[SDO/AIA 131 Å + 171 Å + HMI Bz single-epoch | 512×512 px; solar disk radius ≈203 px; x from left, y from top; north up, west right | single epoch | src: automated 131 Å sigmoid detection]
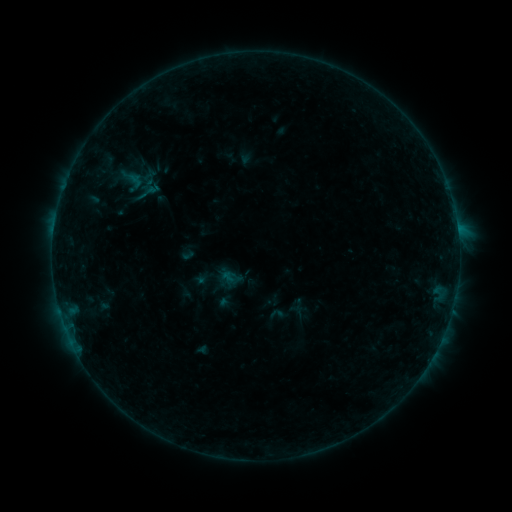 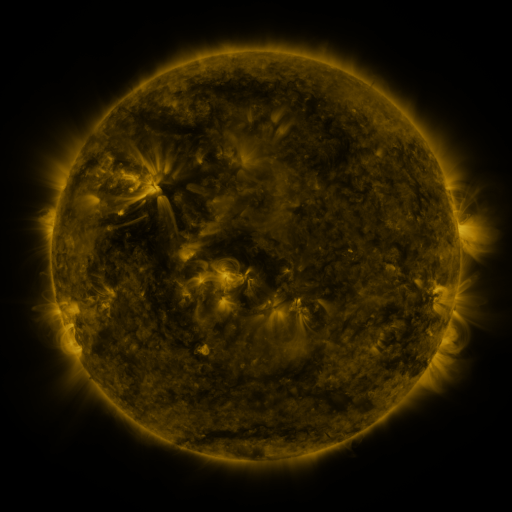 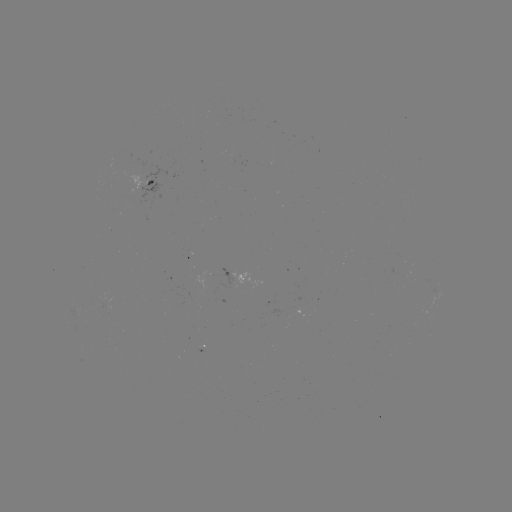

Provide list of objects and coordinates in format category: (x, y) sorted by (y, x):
sigmoid: (131, 180)
